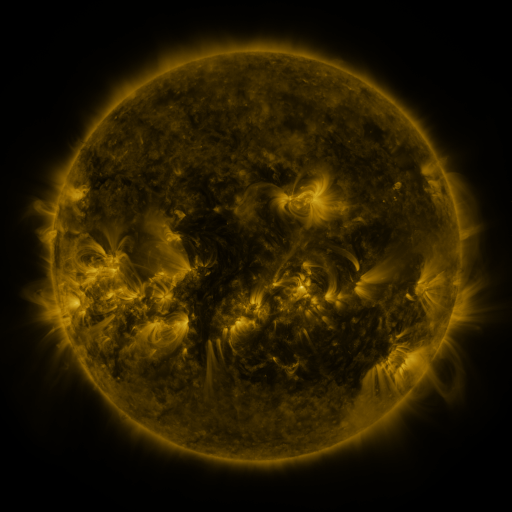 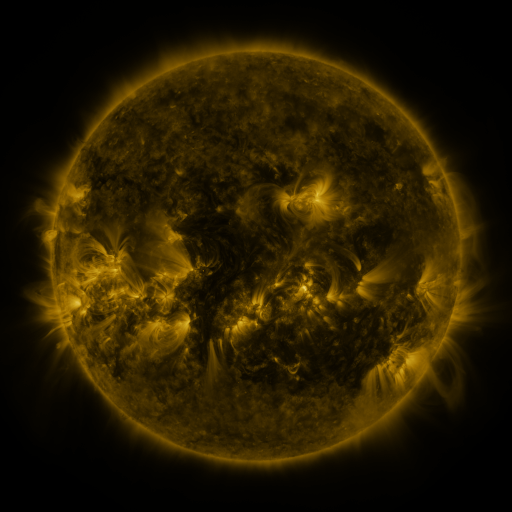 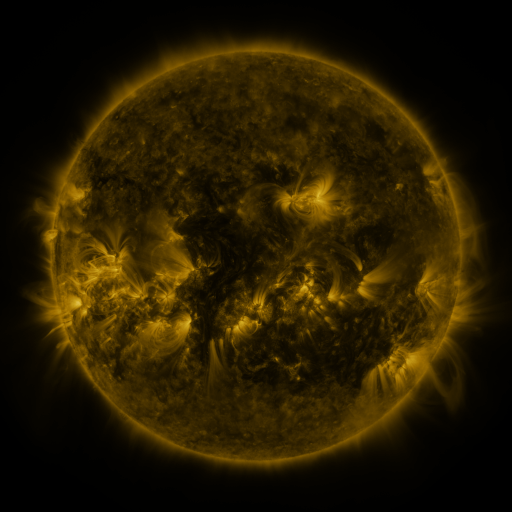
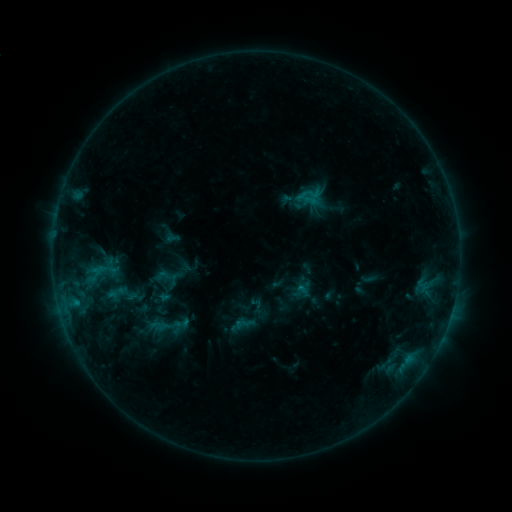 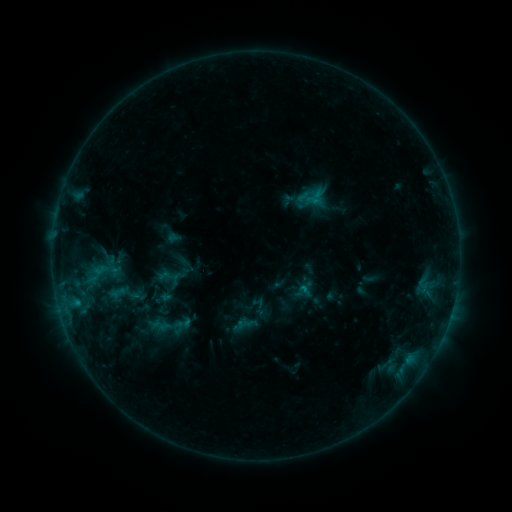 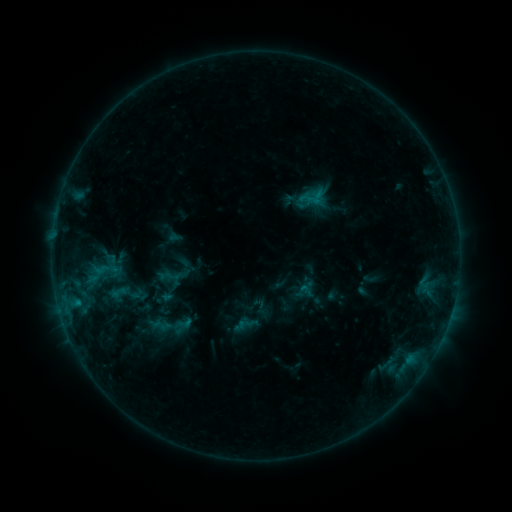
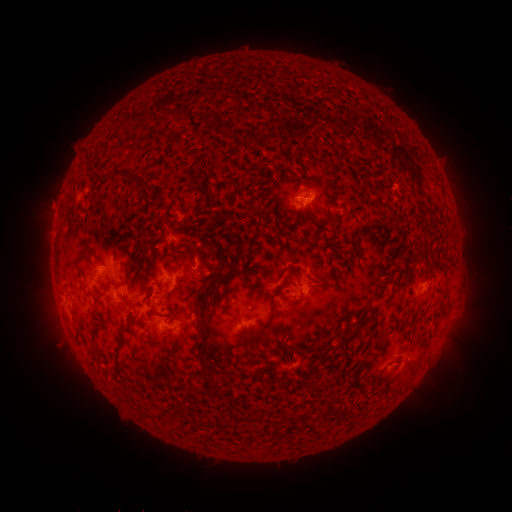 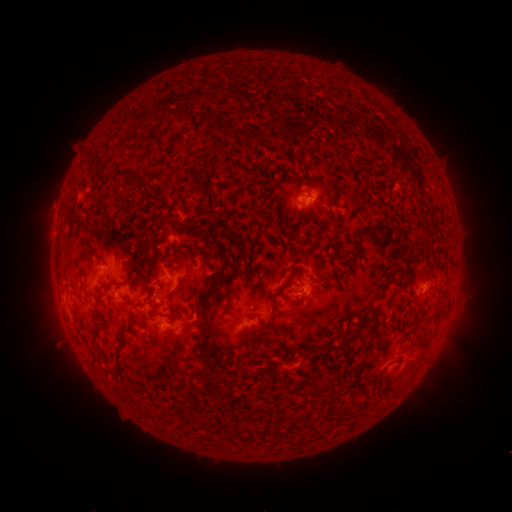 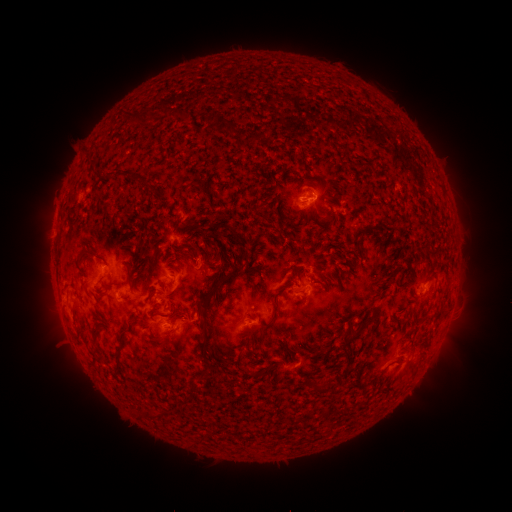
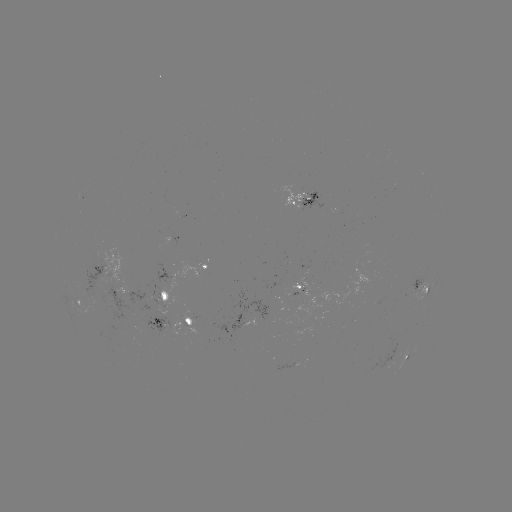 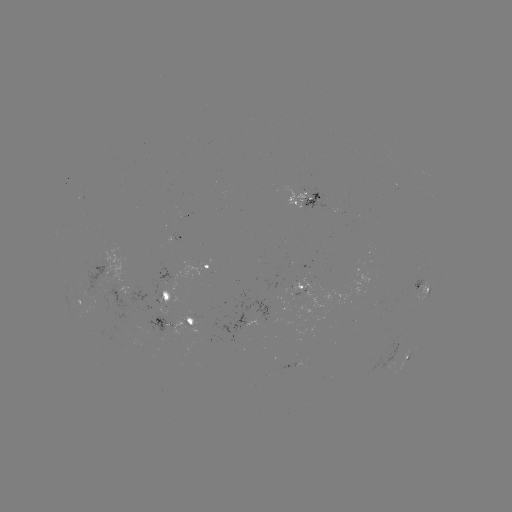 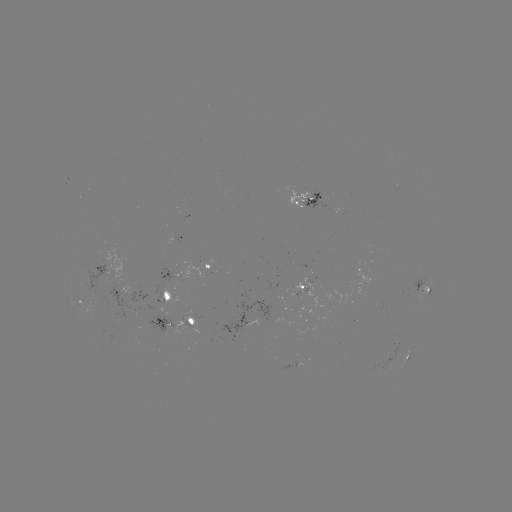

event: emerging-flux region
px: (302, 330)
